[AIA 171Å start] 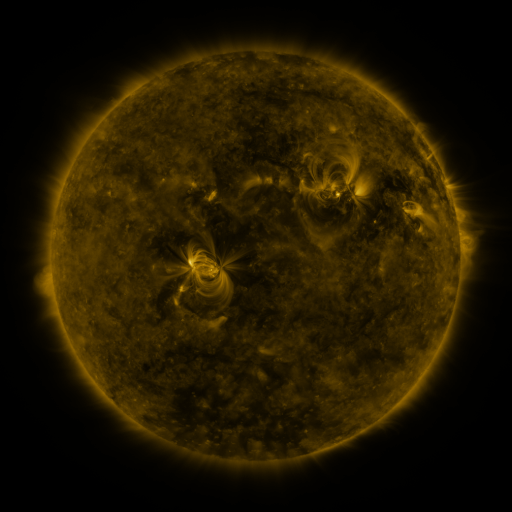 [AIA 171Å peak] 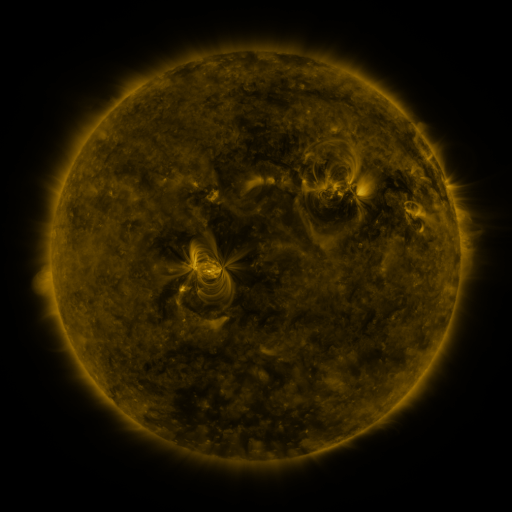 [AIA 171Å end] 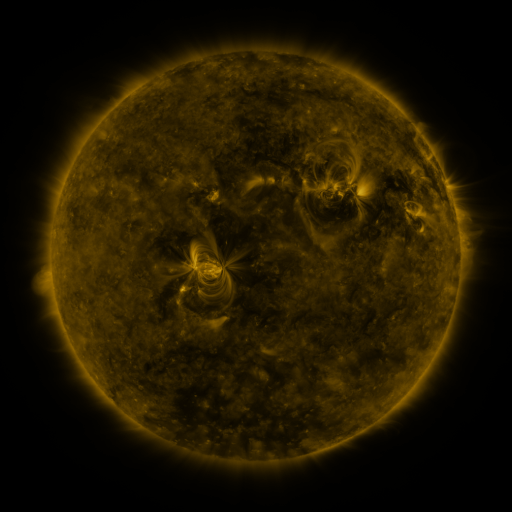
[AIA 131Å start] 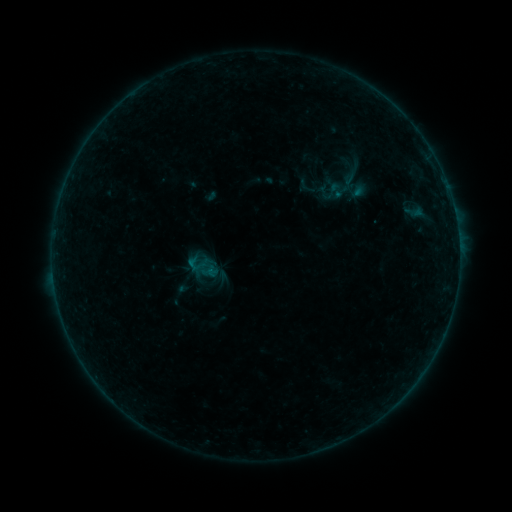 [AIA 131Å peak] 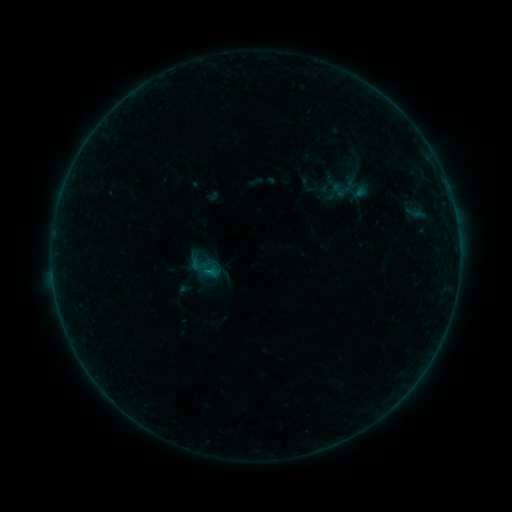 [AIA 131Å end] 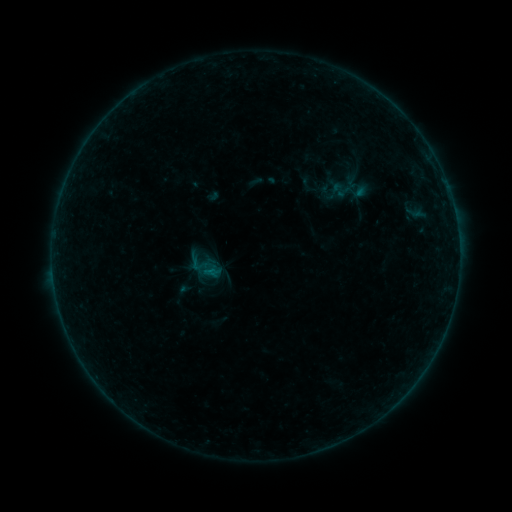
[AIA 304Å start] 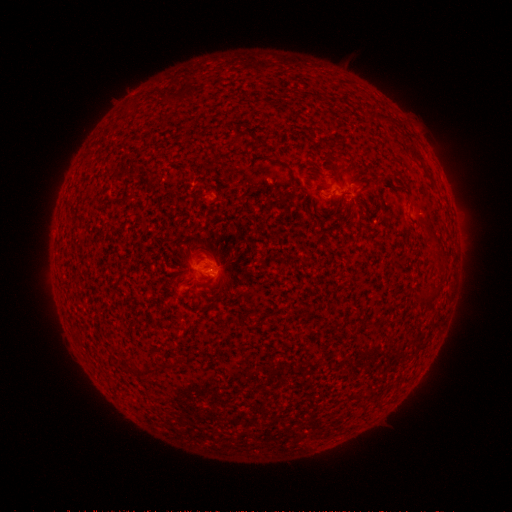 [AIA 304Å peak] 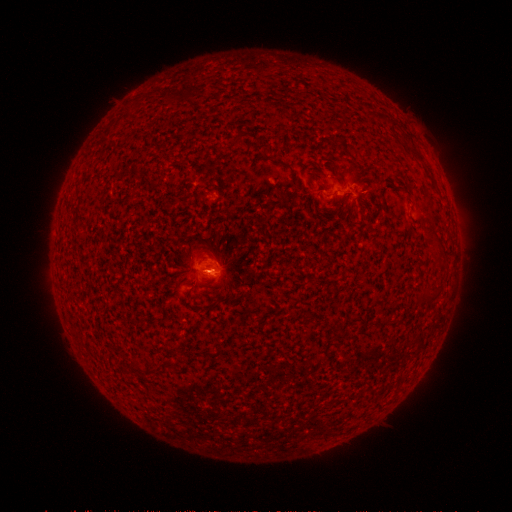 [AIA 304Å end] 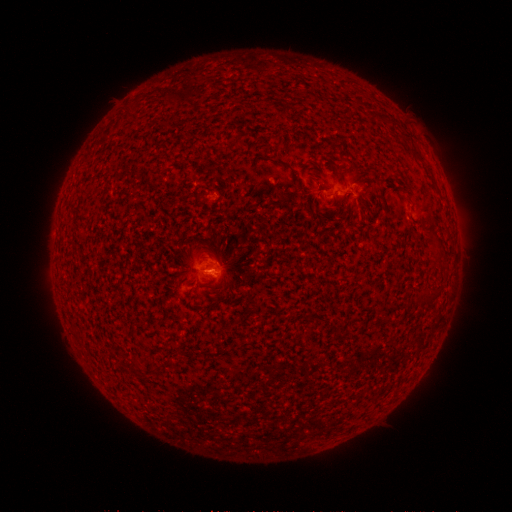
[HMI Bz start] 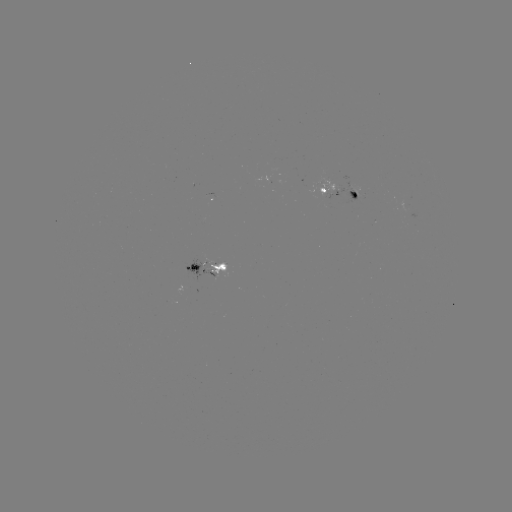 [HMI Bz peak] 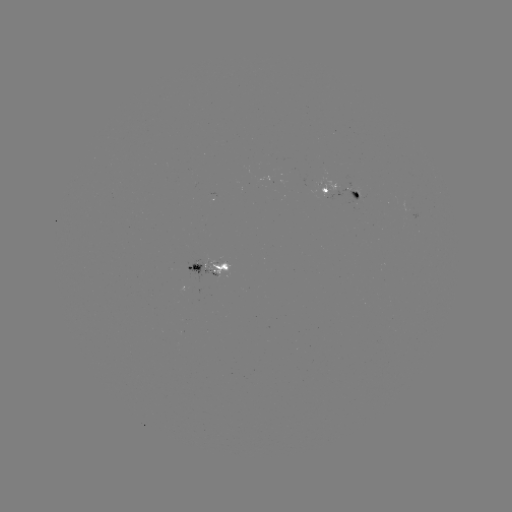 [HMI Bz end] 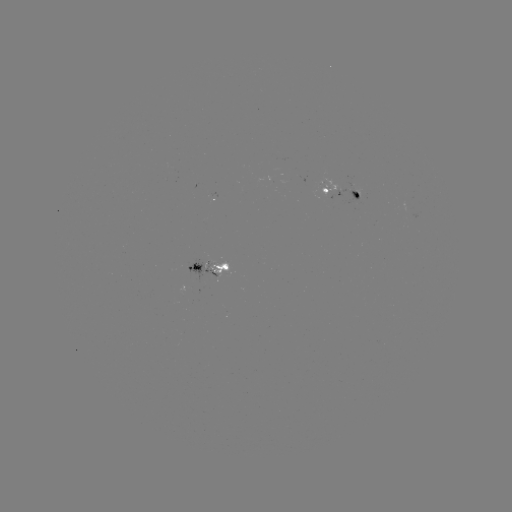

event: emerging-flux region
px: (355, 184)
